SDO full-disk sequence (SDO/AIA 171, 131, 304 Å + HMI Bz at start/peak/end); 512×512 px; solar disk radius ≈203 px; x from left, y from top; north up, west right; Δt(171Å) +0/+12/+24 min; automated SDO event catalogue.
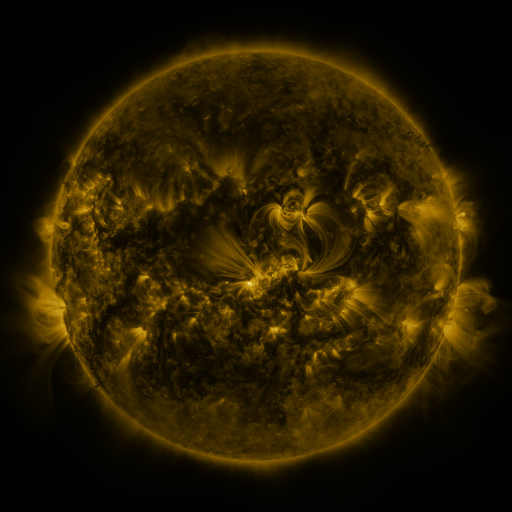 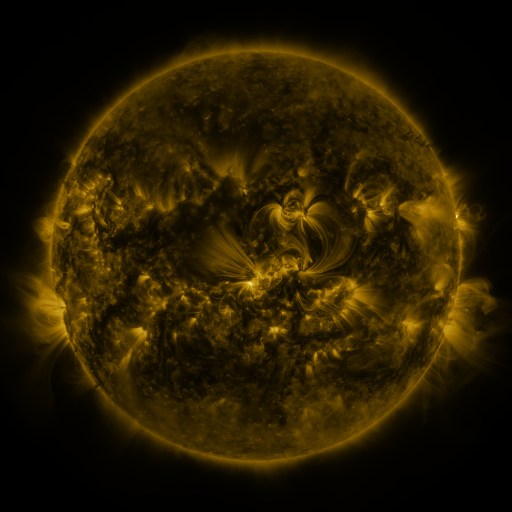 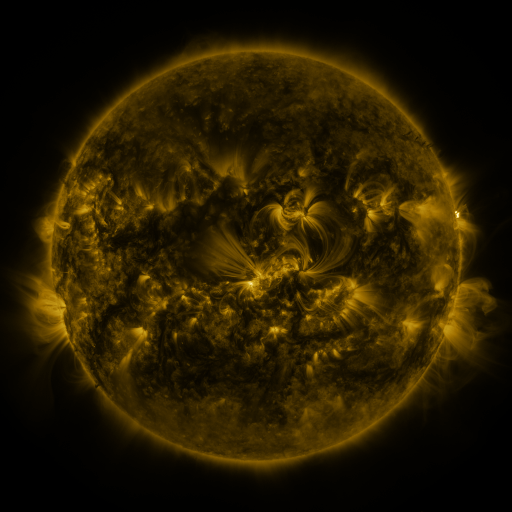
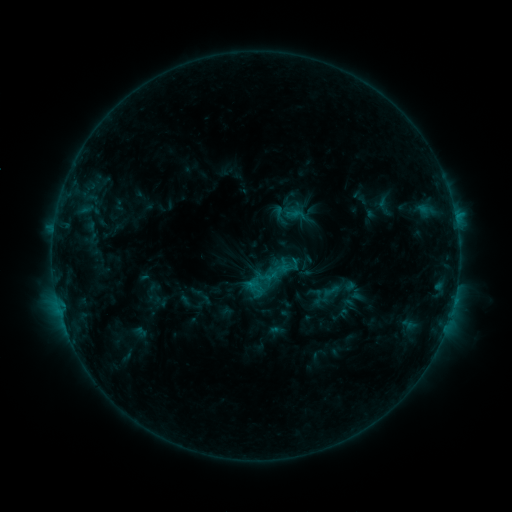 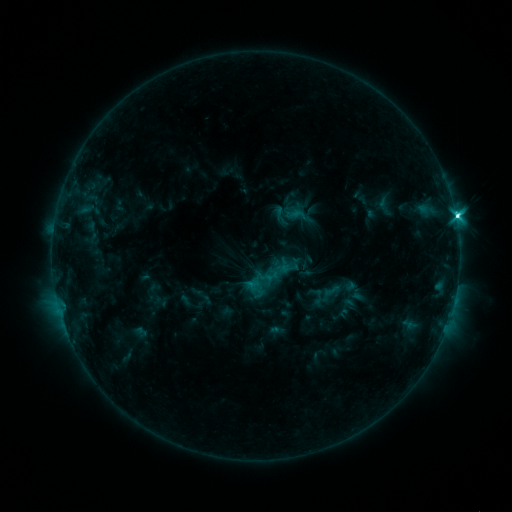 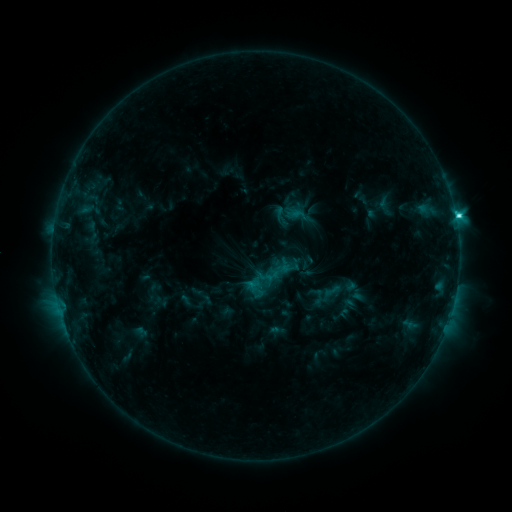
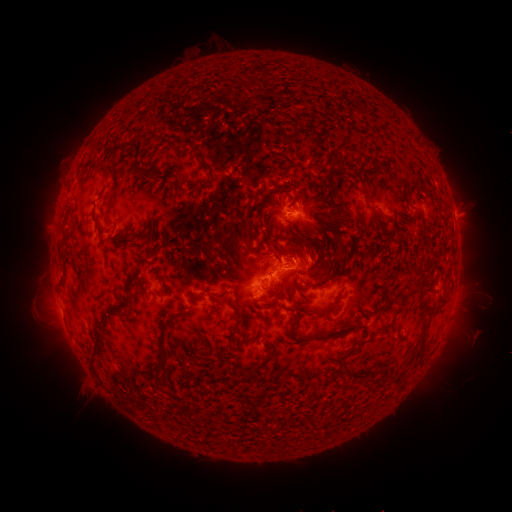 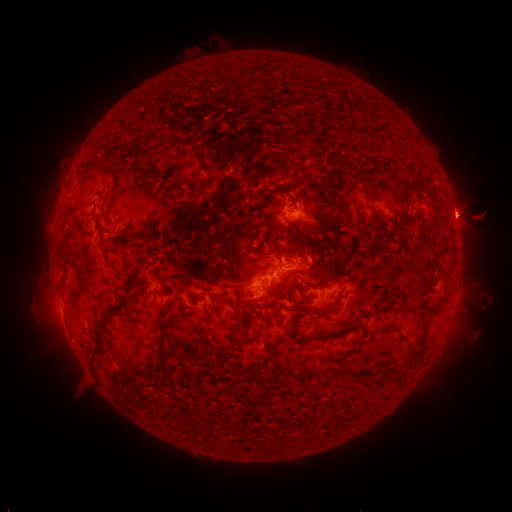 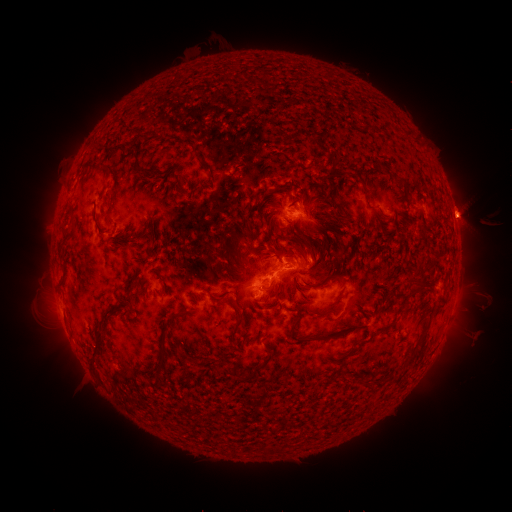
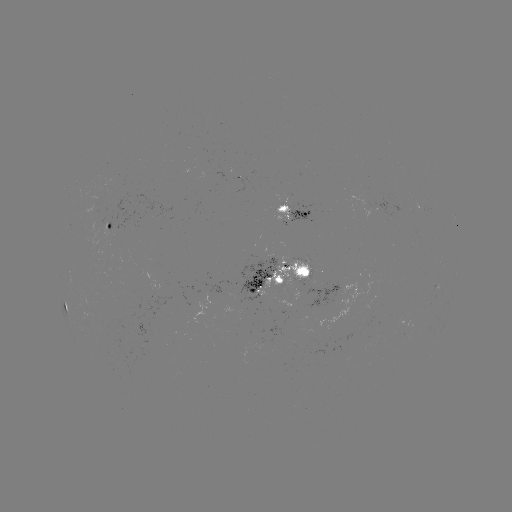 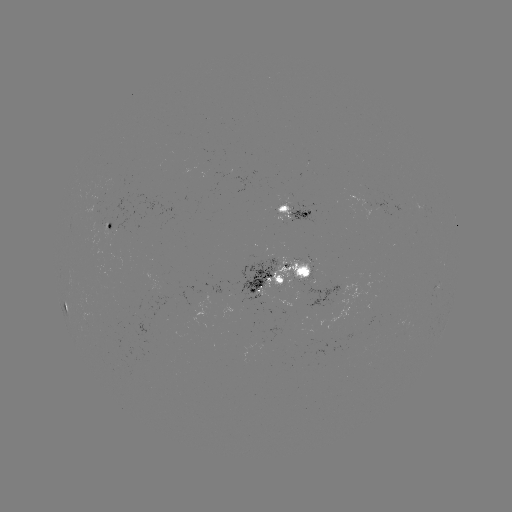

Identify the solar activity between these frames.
C6.1 flare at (455, 216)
